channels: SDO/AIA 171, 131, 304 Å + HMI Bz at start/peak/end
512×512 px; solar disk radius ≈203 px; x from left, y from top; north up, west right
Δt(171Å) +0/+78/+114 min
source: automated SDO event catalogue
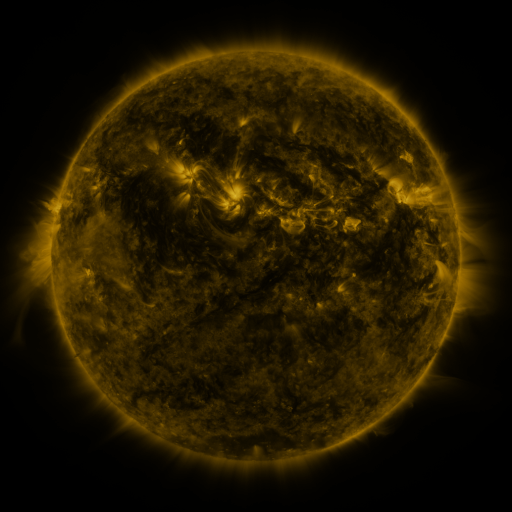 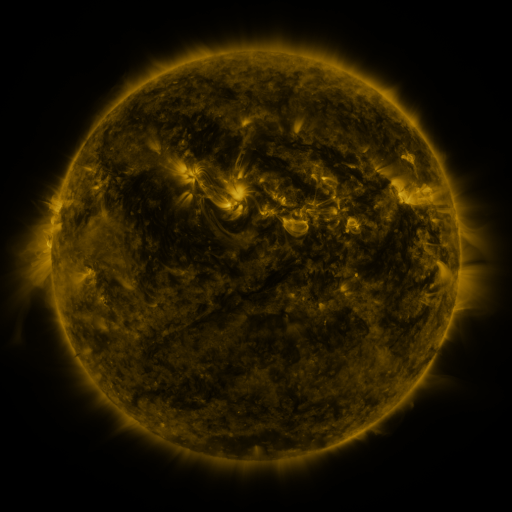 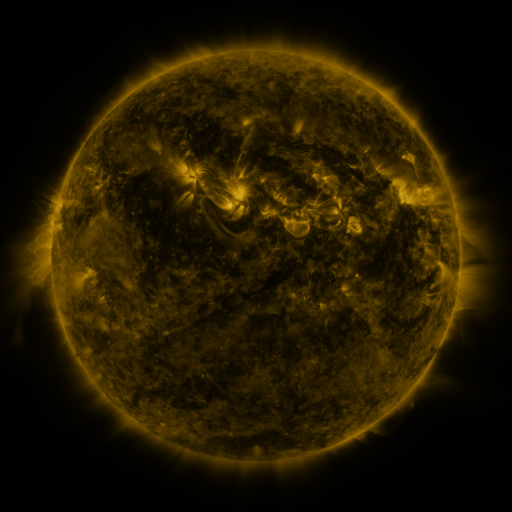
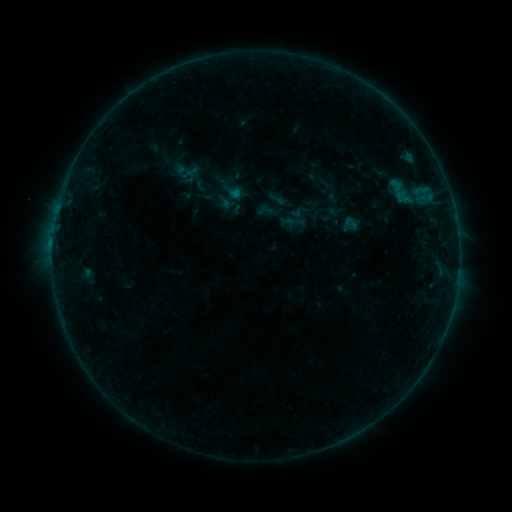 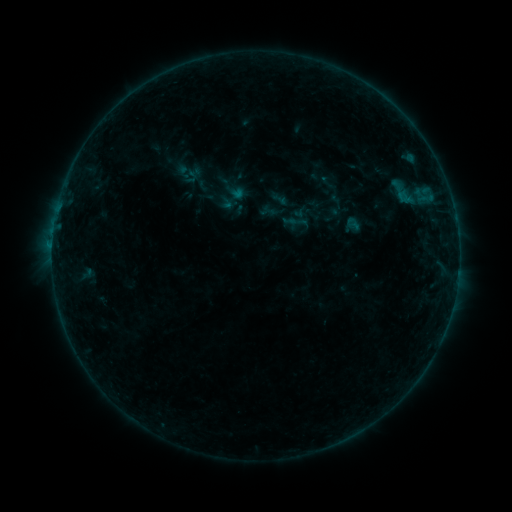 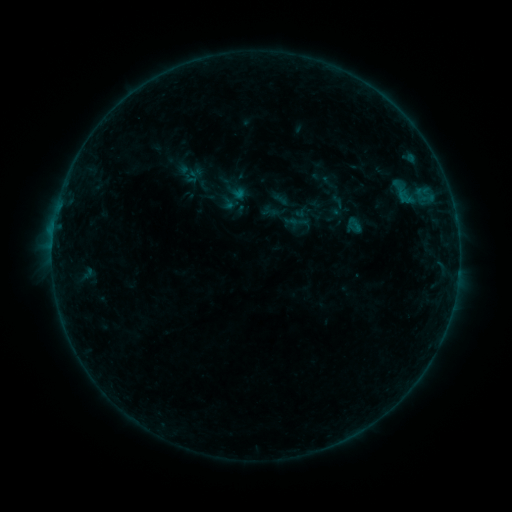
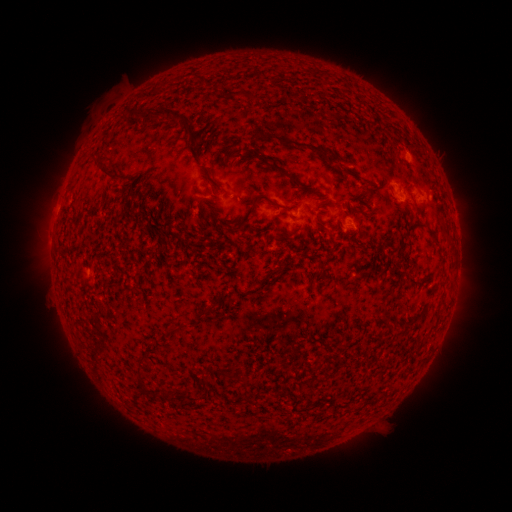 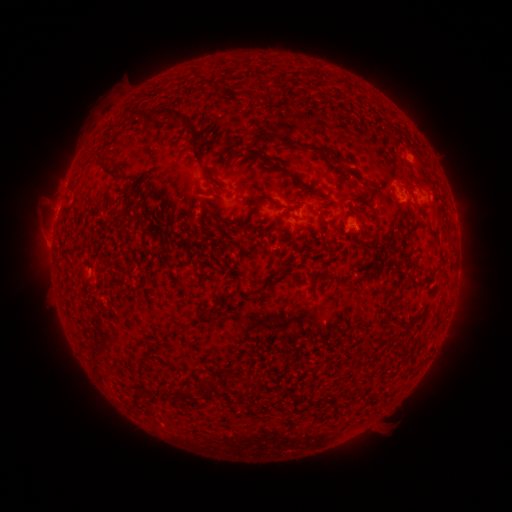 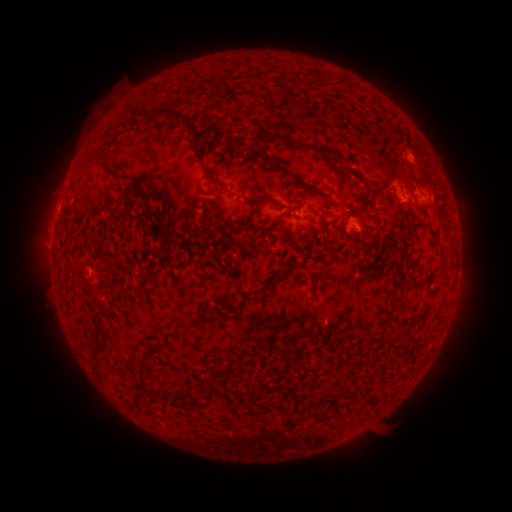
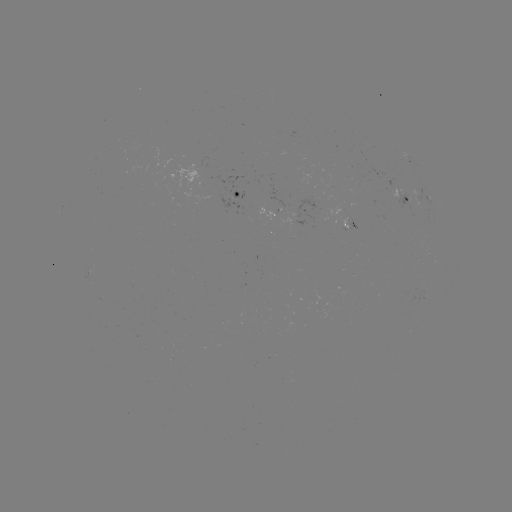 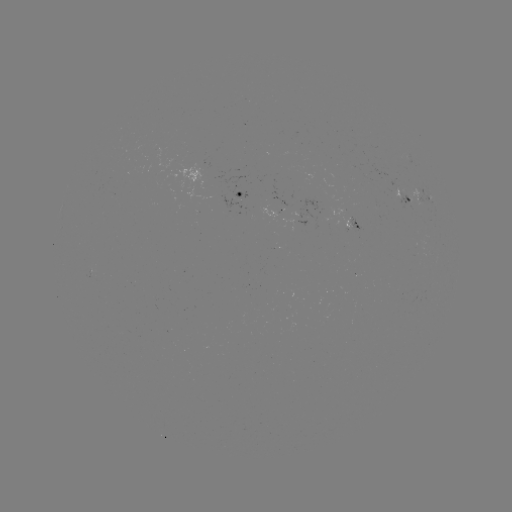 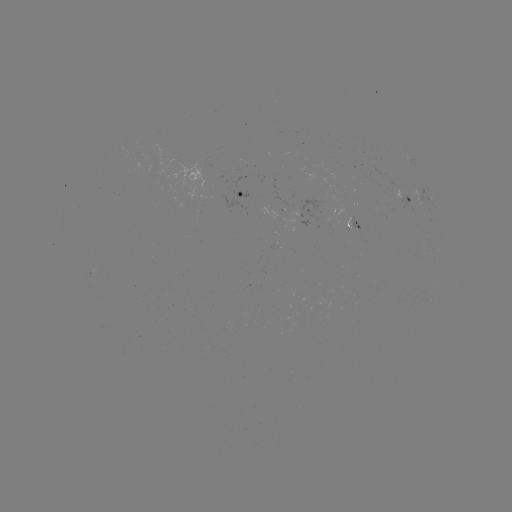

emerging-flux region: [96, 297, 106, 304]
